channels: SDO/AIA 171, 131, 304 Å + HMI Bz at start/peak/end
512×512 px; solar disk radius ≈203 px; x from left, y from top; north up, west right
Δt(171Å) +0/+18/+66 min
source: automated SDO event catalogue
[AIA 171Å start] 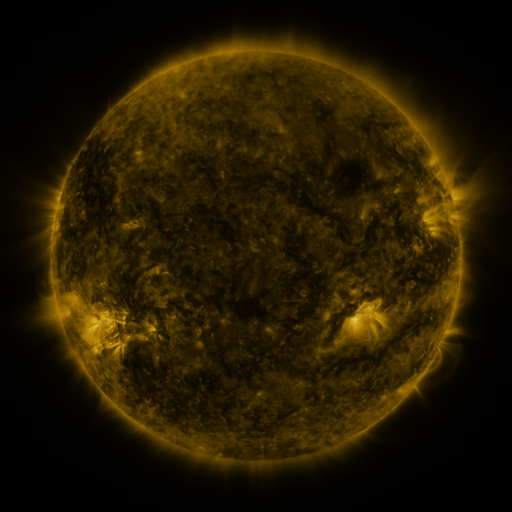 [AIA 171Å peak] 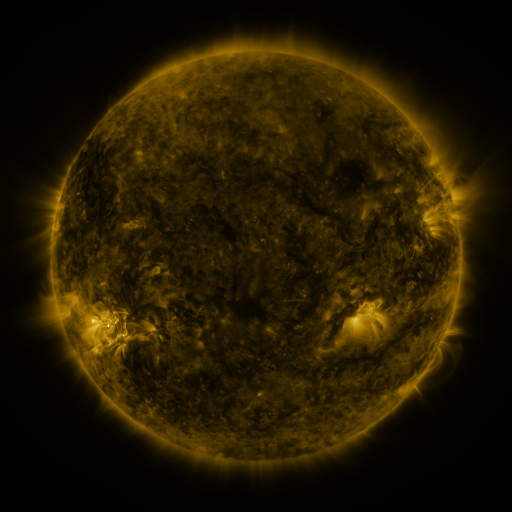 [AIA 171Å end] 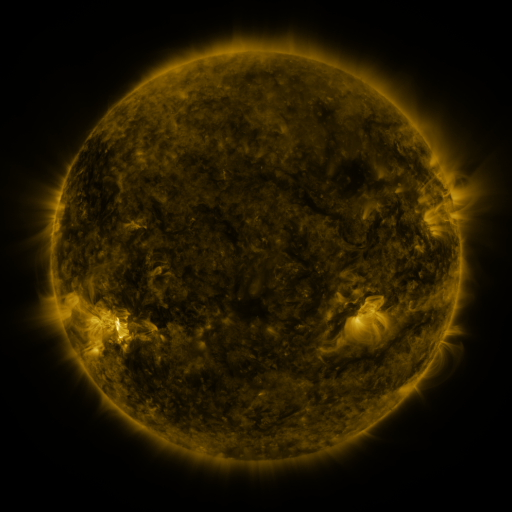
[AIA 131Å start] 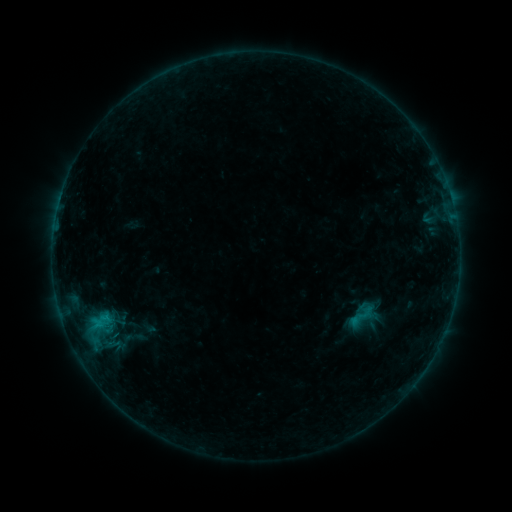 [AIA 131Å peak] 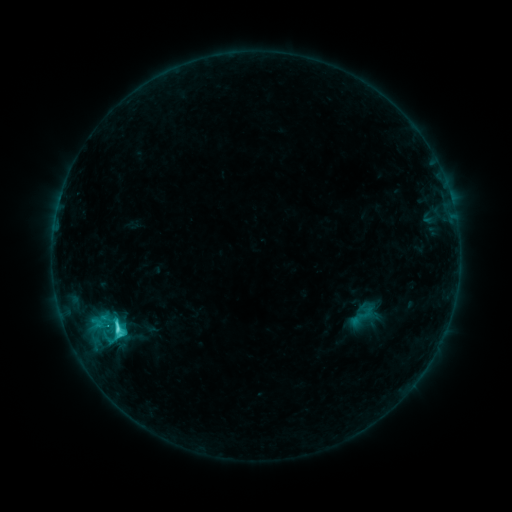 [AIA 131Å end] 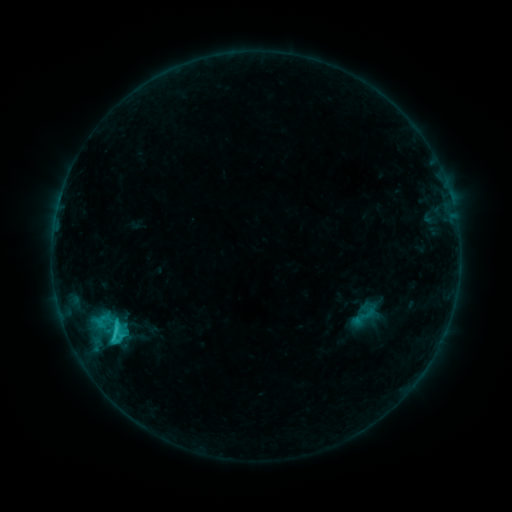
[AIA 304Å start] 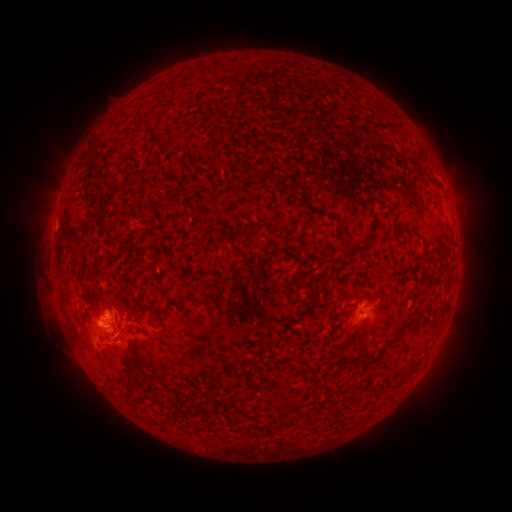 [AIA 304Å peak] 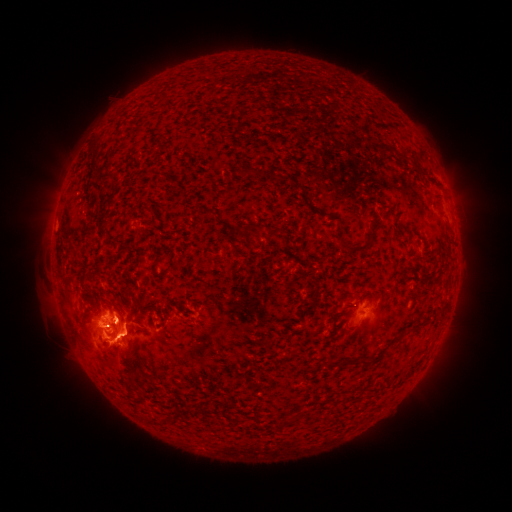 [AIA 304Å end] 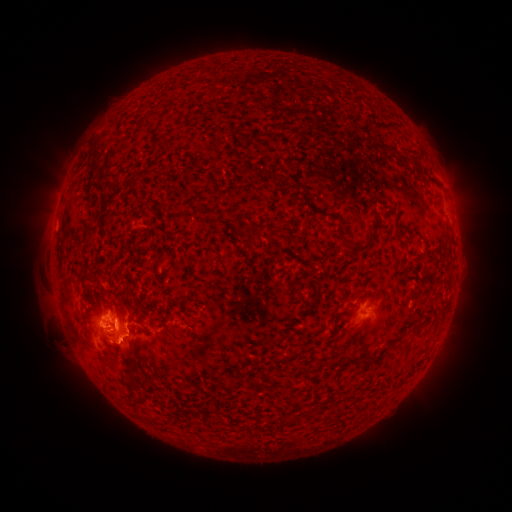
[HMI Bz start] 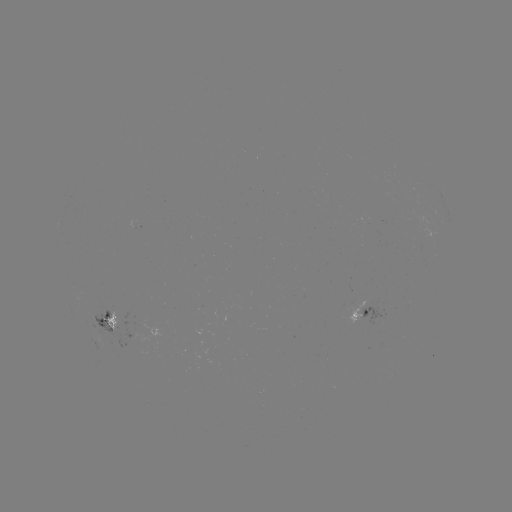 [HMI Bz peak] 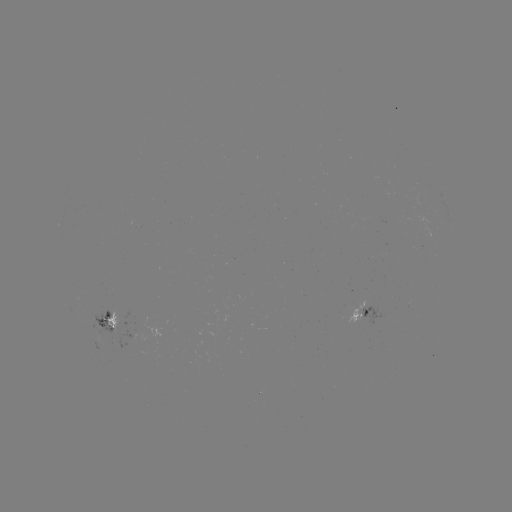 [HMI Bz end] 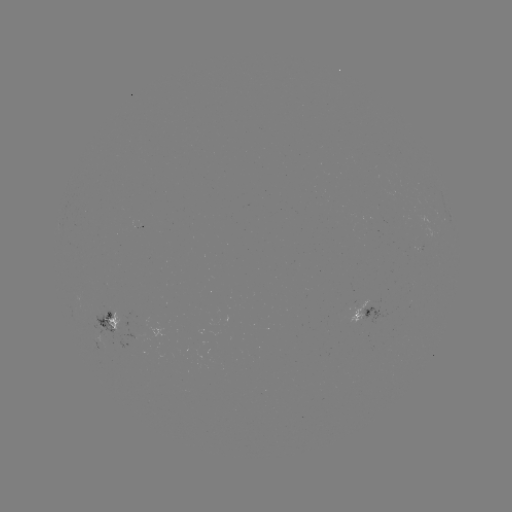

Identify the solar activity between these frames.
C3.4 flare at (119, 328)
